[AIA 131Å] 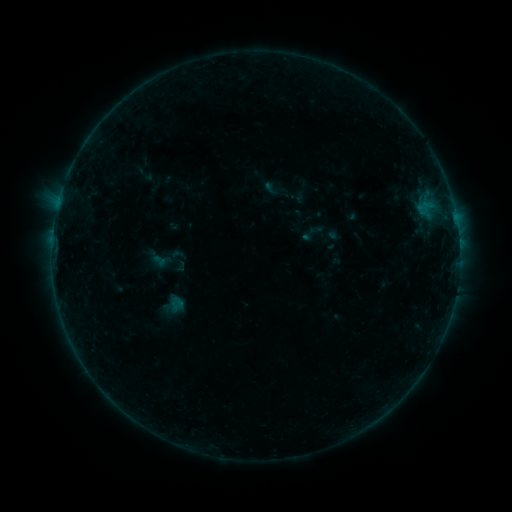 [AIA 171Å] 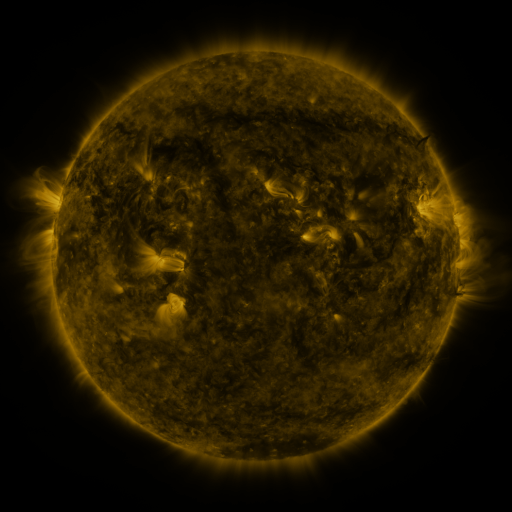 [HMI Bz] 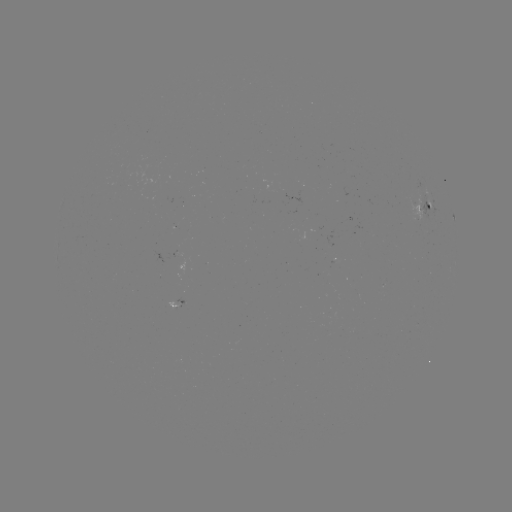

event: sigmoid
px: (312, 233)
